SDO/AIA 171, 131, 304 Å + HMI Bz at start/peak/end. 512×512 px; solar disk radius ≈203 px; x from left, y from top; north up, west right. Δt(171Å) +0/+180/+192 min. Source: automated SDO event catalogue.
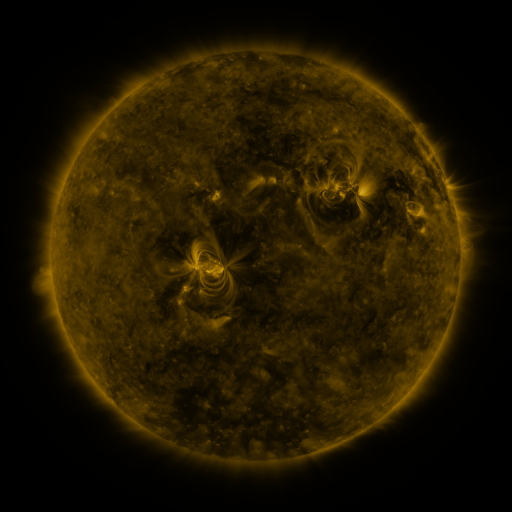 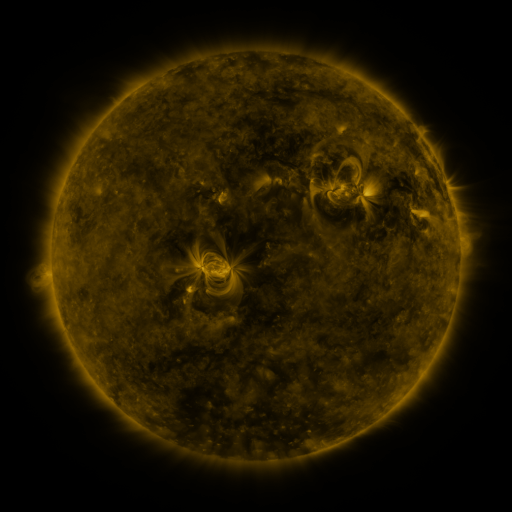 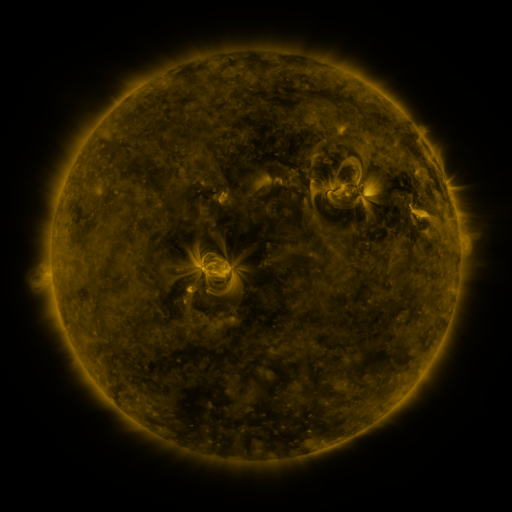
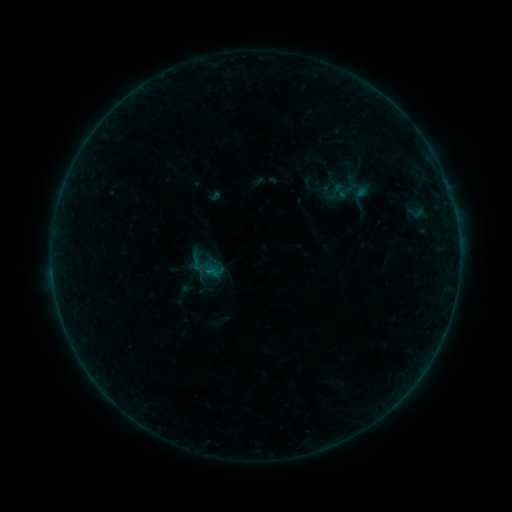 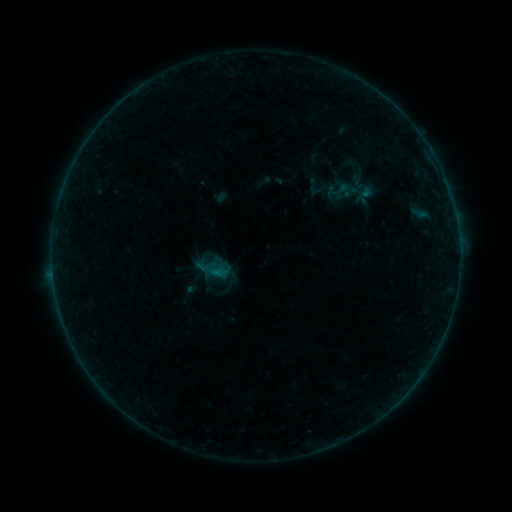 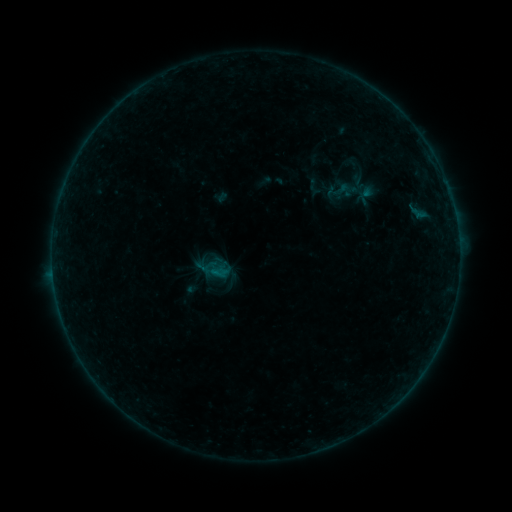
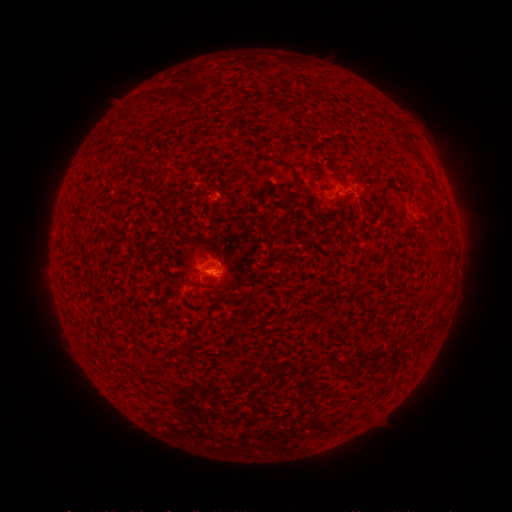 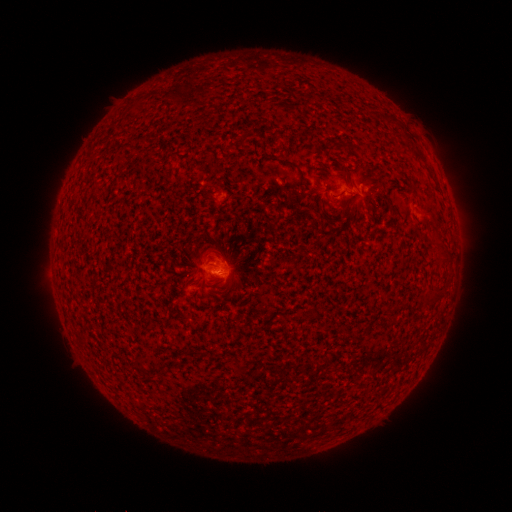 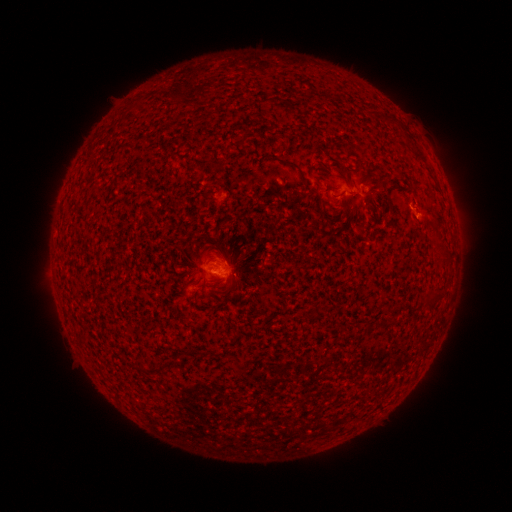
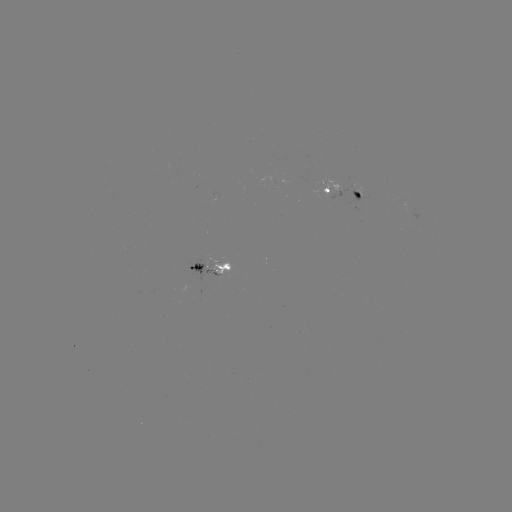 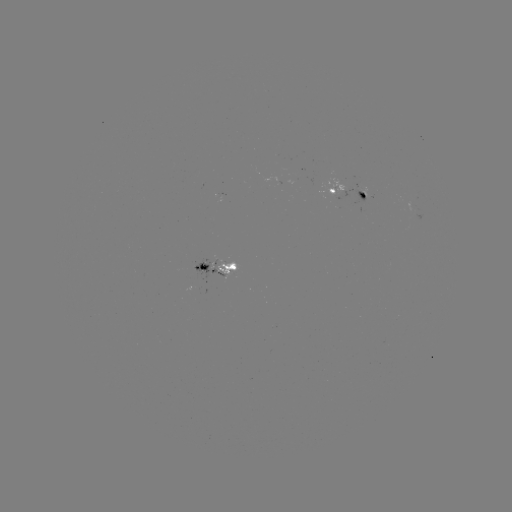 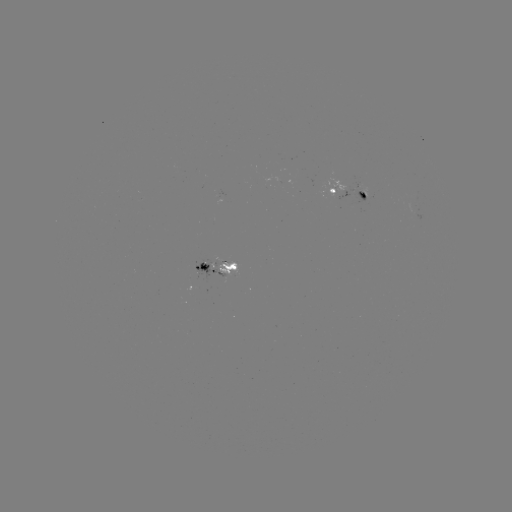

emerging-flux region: [192, 255, 223, 281]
